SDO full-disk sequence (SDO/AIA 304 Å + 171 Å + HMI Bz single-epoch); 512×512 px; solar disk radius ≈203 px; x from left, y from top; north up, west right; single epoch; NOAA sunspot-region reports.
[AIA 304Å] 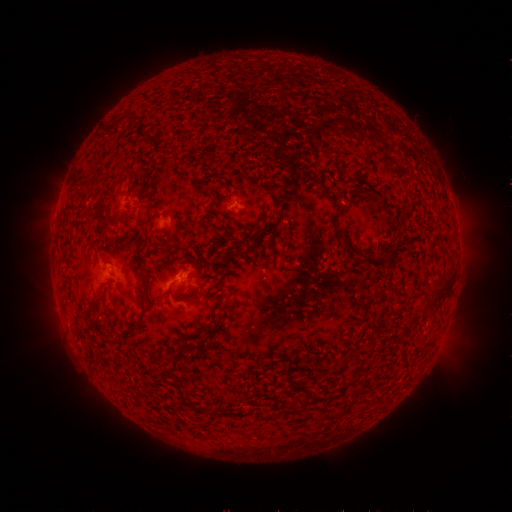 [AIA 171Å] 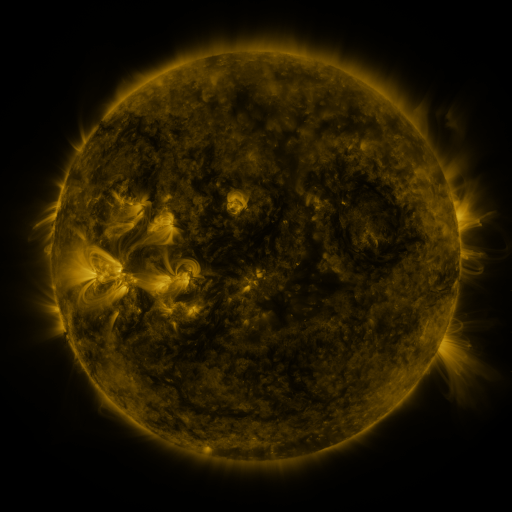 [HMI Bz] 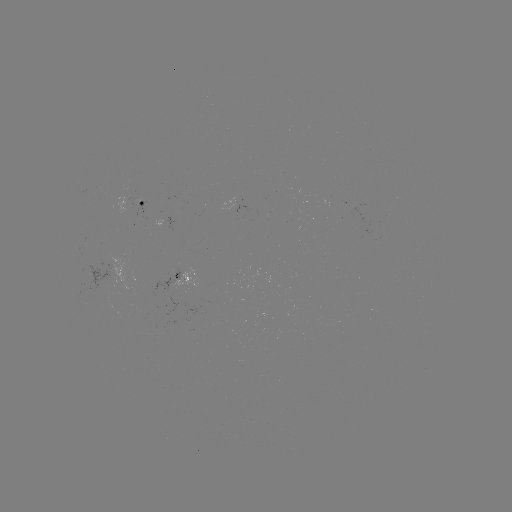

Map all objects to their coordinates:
spotted active region: (147, 203)
spotted active region: (238, 205)
spotted active region: (173, 220)
spotted active region: (187, 280)
